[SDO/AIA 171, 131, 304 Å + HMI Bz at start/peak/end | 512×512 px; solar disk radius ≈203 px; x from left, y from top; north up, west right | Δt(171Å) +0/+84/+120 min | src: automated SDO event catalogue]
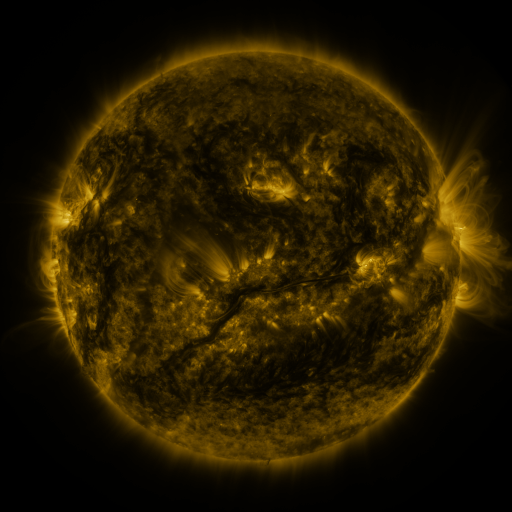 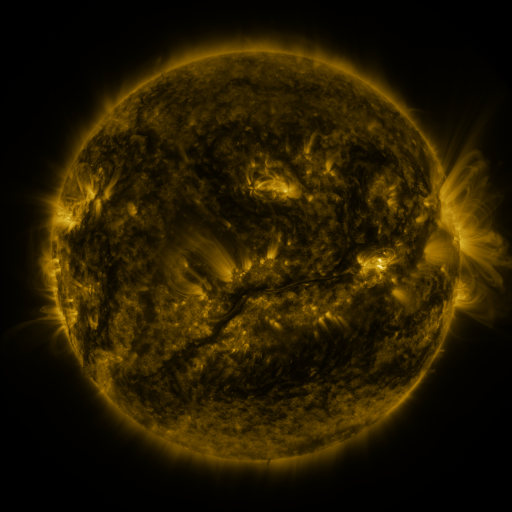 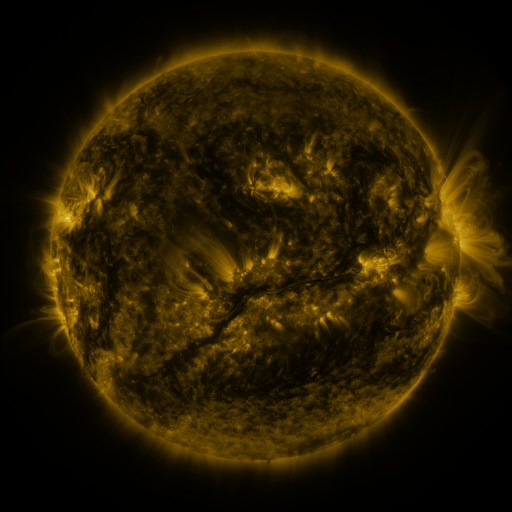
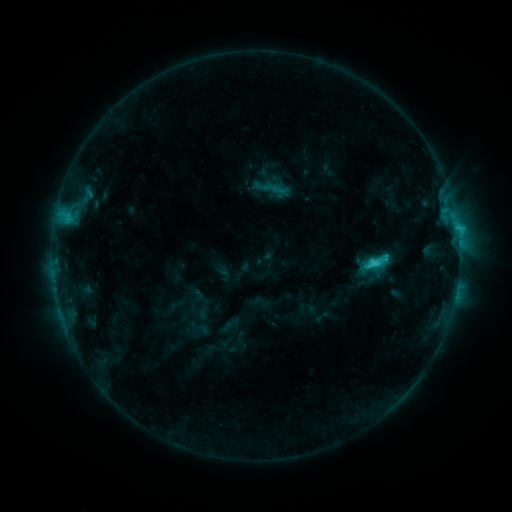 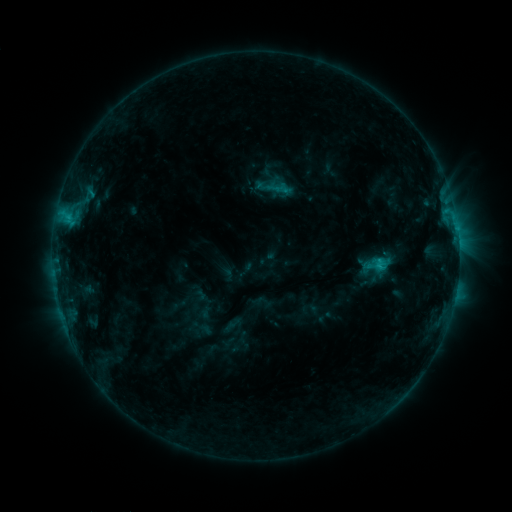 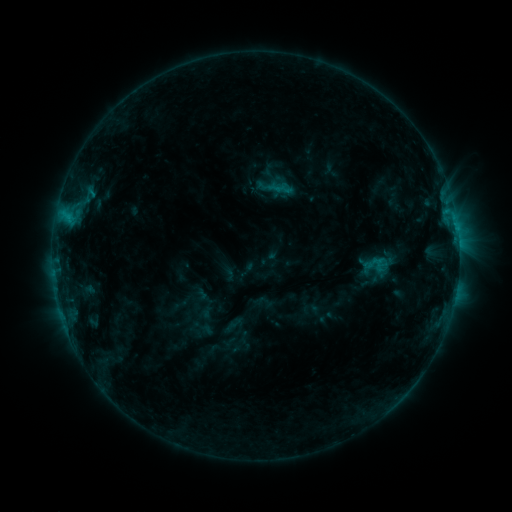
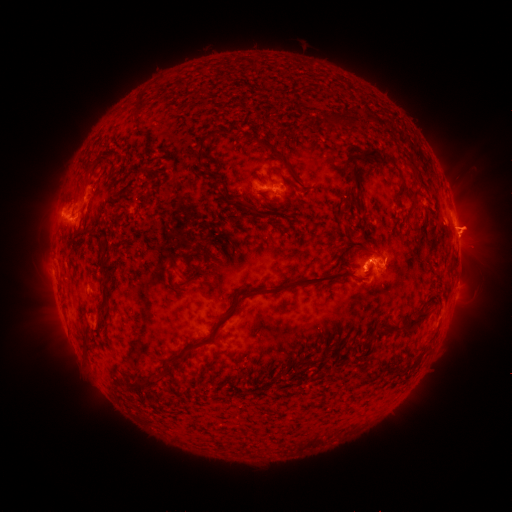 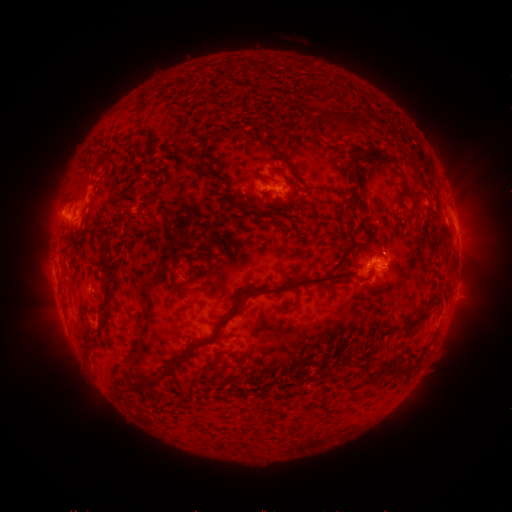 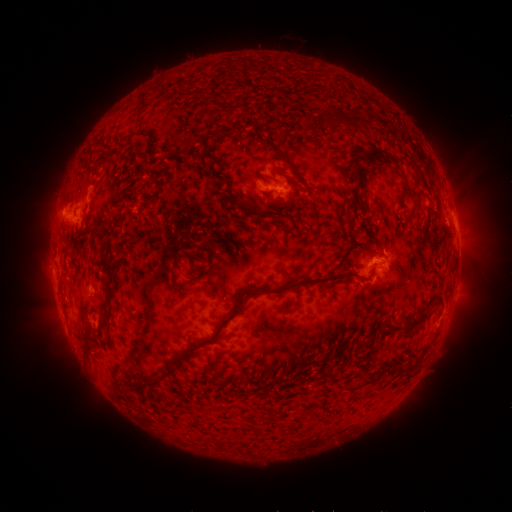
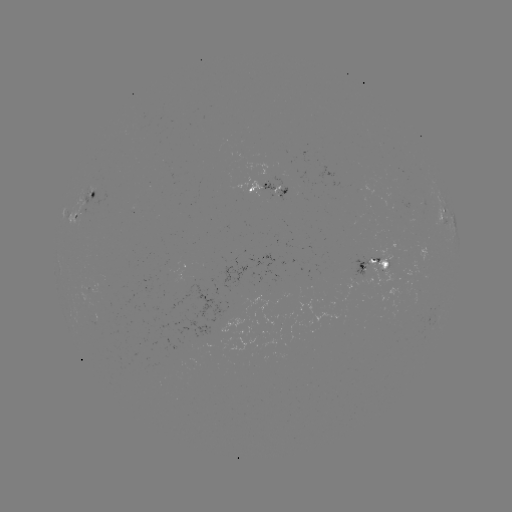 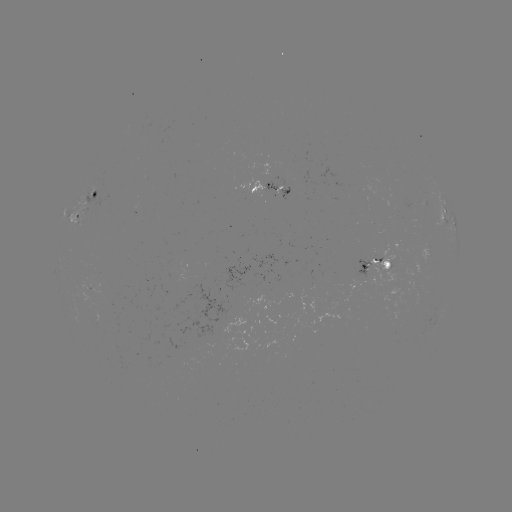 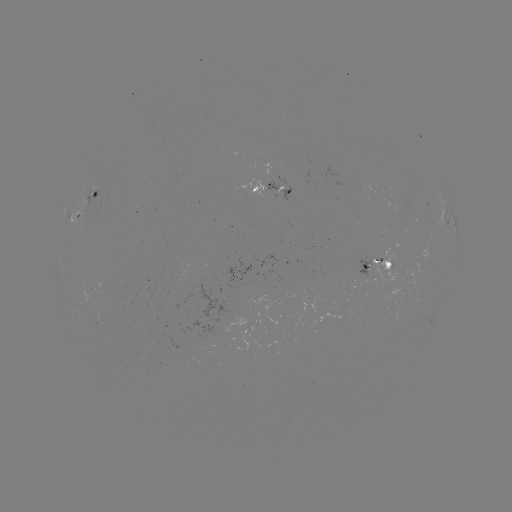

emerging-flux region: (80, 289, 92, 300)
